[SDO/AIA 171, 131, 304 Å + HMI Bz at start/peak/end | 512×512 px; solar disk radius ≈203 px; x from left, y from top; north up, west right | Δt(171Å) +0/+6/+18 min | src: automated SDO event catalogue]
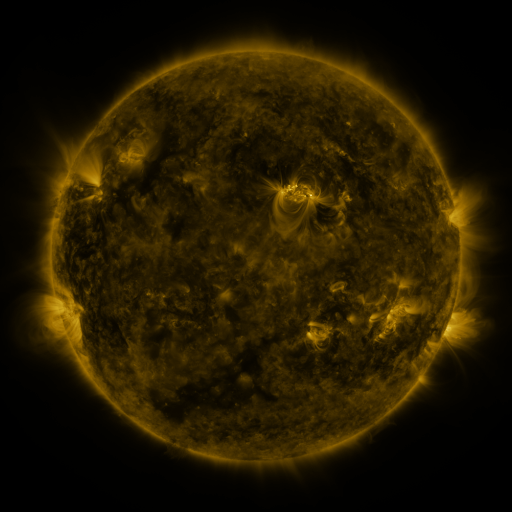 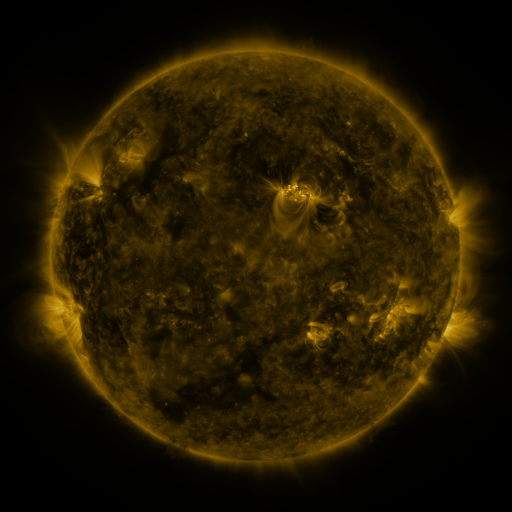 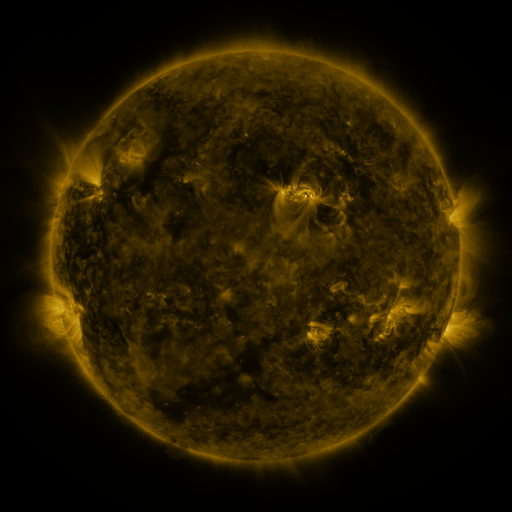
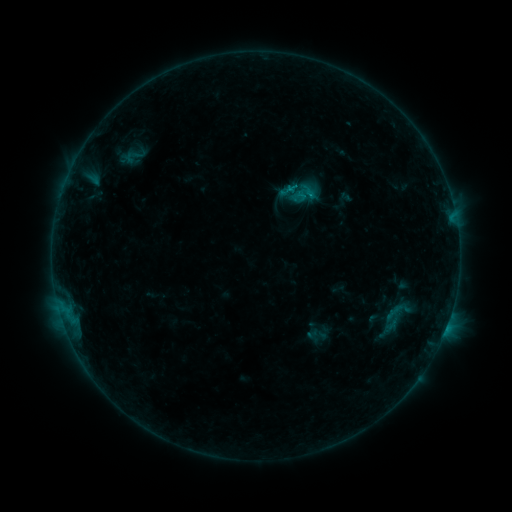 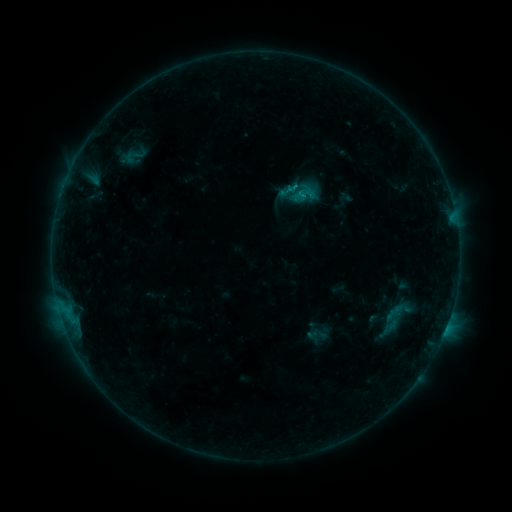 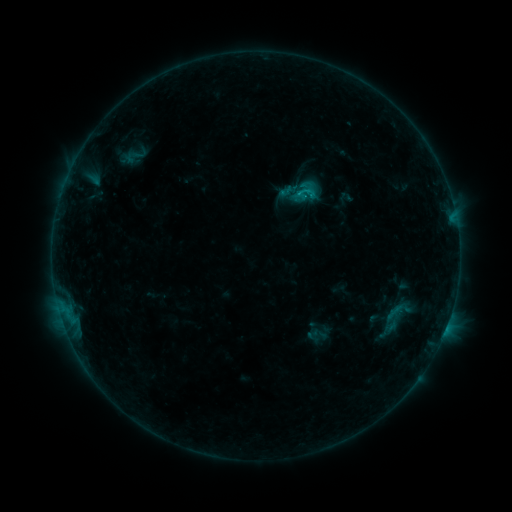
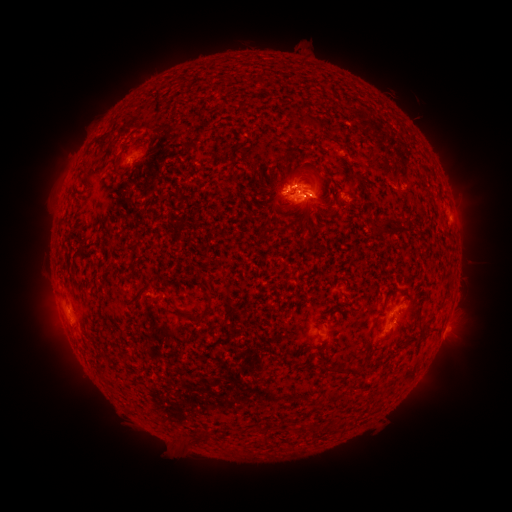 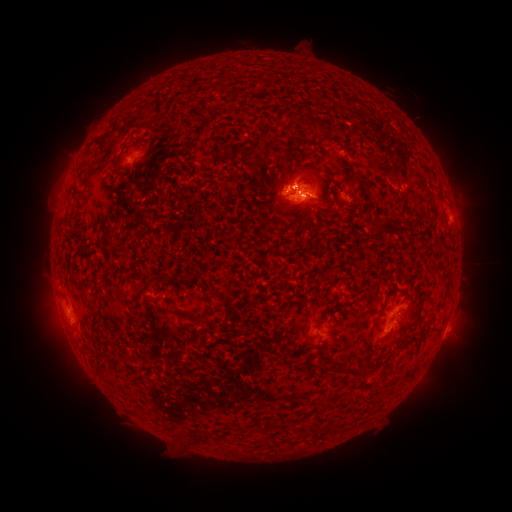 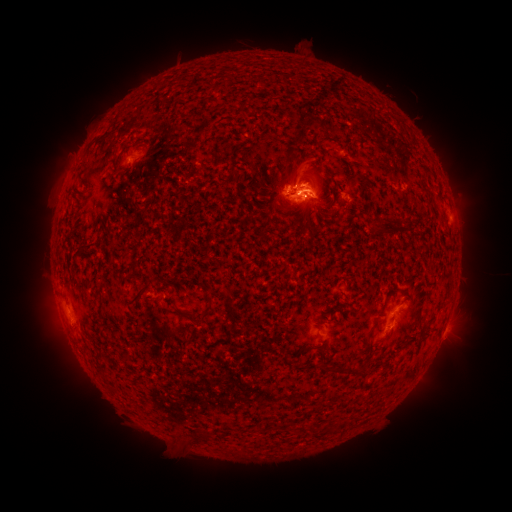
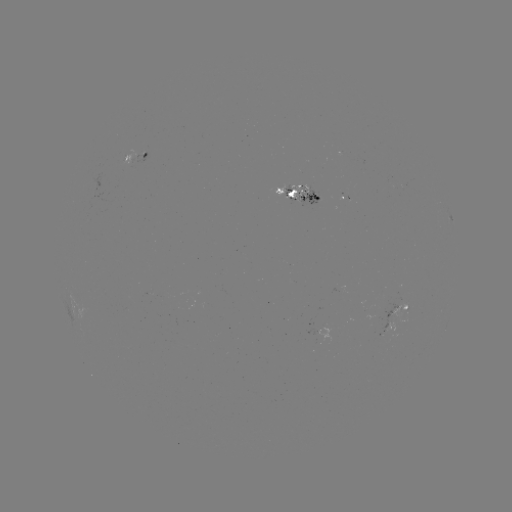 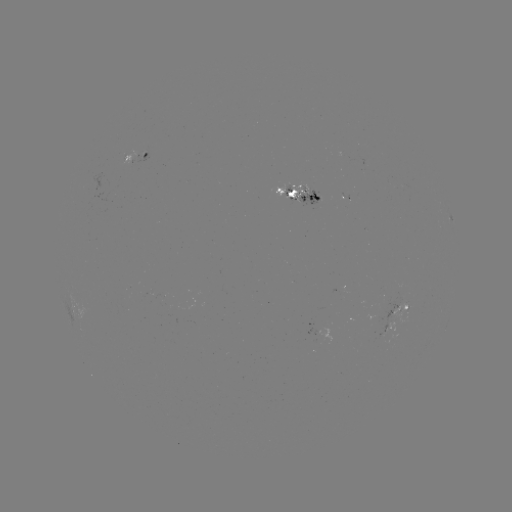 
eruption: (275, 148, 339, 225)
